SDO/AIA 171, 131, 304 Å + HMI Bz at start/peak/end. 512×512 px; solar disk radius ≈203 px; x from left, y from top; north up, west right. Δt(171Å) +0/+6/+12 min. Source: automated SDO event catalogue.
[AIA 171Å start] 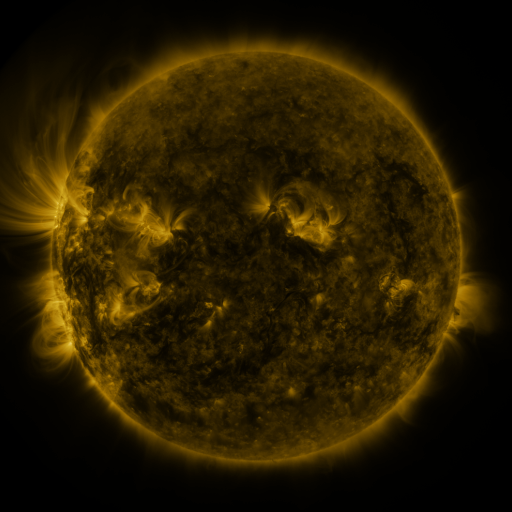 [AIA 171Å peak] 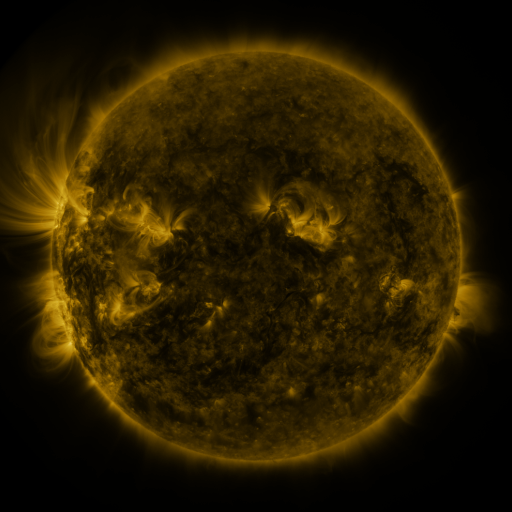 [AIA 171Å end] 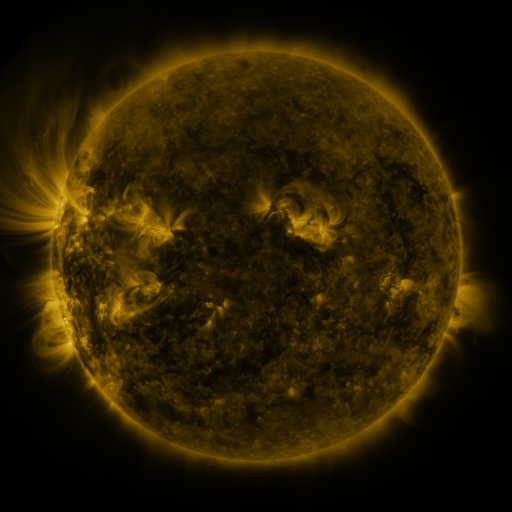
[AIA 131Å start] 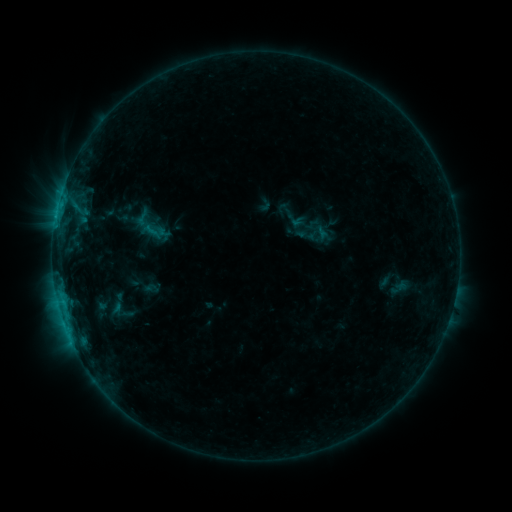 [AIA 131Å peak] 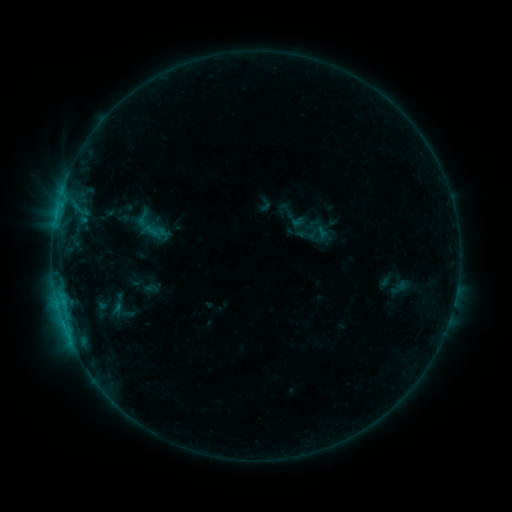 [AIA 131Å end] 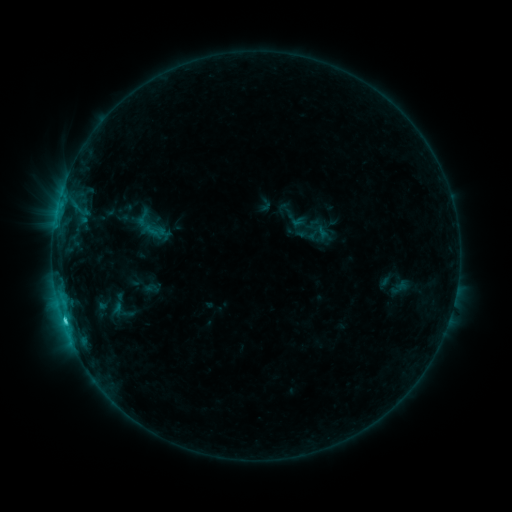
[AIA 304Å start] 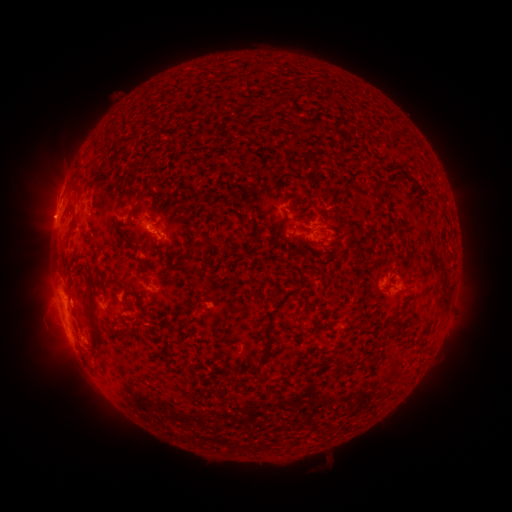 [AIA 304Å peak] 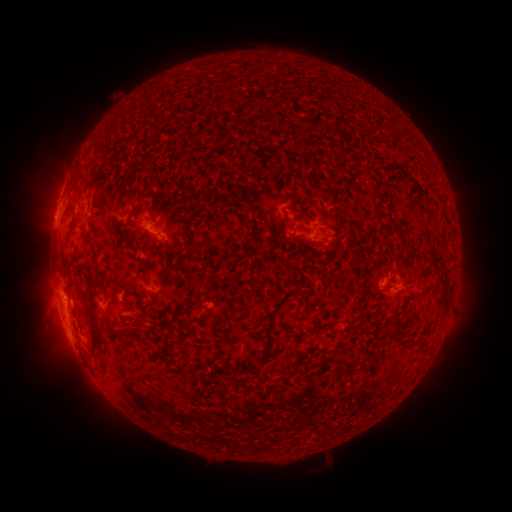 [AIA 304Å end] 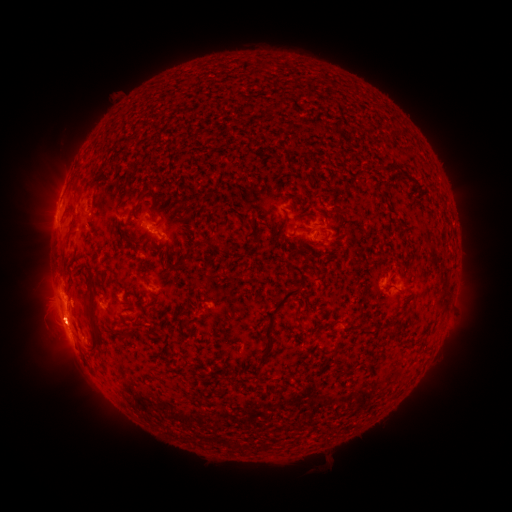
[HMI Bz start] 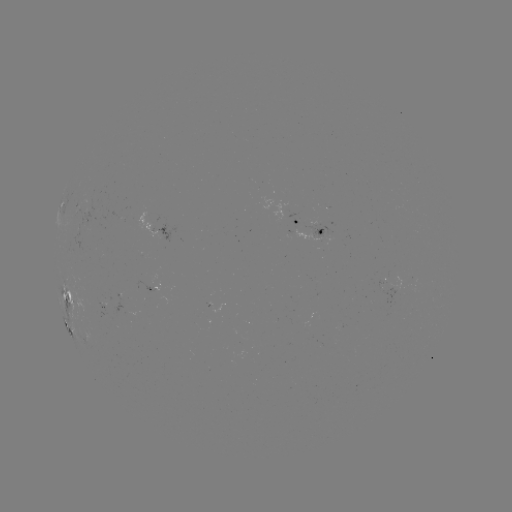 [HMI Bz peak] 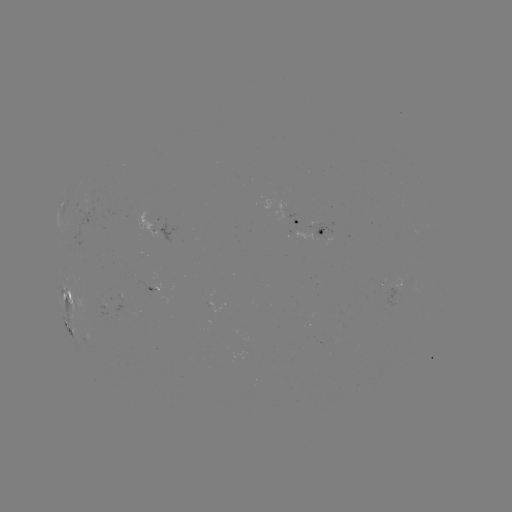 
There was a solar flare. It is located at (65, 320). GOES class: C1.8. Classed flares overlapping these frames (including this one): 1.